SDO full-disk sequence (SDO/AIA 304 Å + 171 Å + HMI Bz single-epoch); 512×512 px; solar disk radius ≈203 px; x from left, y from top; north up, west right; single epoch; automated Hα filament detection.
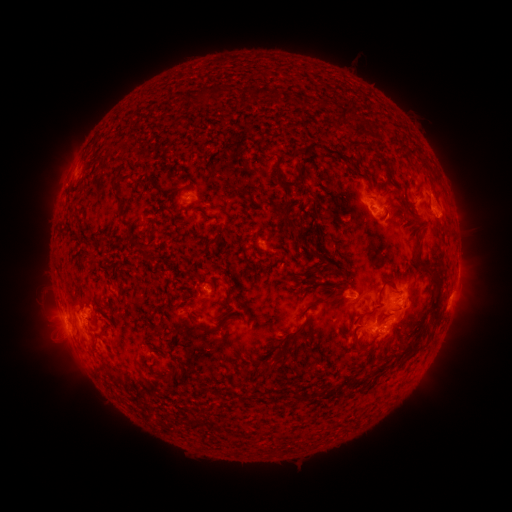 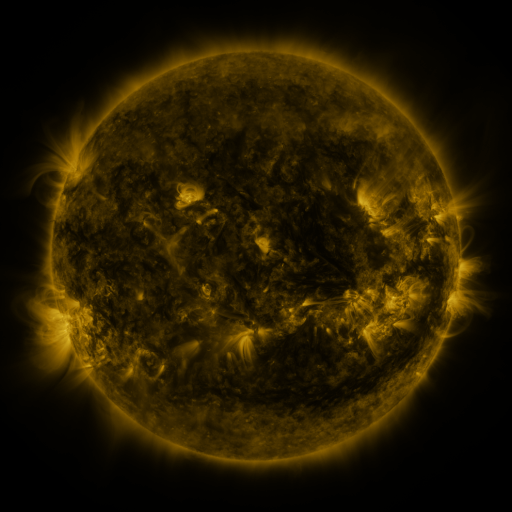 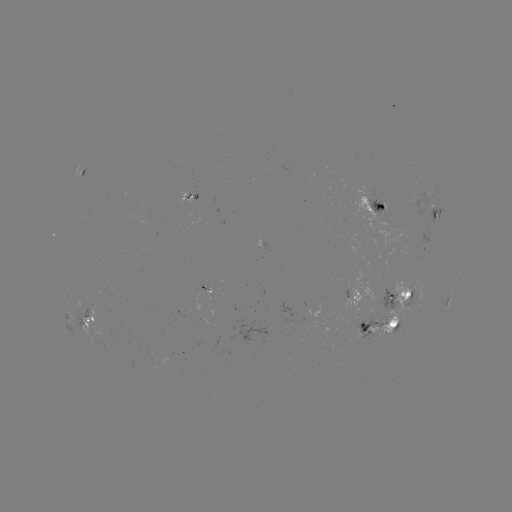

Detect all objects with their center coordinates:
filament: (212, 93)
filament: (202, 94)
filament: (254, 95)
filament: (280, 98)
filament: (302, 101)
filament: (261, 134)
filament: (306, 149)
filament: (332, 150)
filament: (276, 166)
filament: (354, 168)
filament: (299, 171)
filament: (242, 192)
filament: (117, 200)
filament: (411, 210)
filament: (286, 217)
filament: (301, 239)
filament: (215, 241)
filament: (319, 253)
filament: (349, 254)
filament: (144, 256)
filament: (419, 258)
filament: (92, 263)
filament: (390, 279)
filament: (341, 284)
filament: (230, 295)
filament: (334, 296)
filament: (437, 301)
filament: (365, 311)
filament: (303, 325)
filament: (217, 331)
filament: (421, 332)
filament: (105, 333)
filament: (358, 336)
filament: (281, 351)
filament: (388, 365)
filament: (170, 382)
filament: (206, 389)
filament: (304, 395)
